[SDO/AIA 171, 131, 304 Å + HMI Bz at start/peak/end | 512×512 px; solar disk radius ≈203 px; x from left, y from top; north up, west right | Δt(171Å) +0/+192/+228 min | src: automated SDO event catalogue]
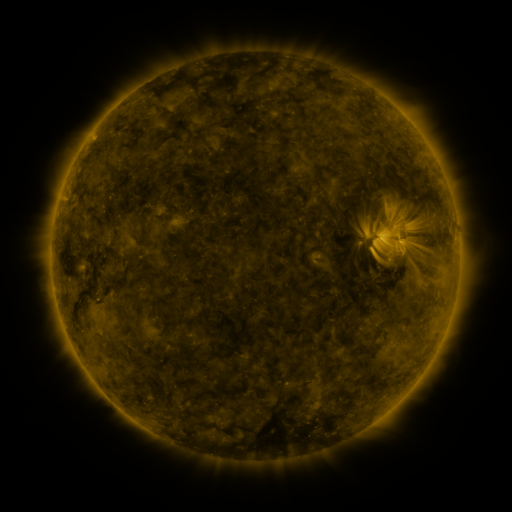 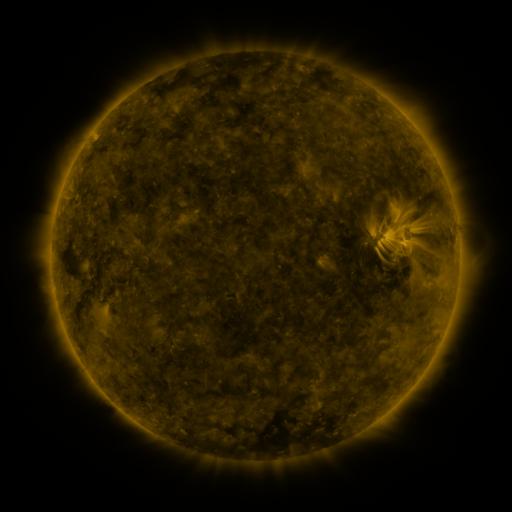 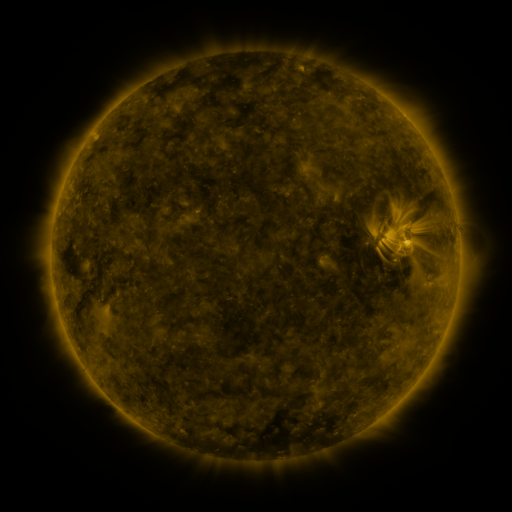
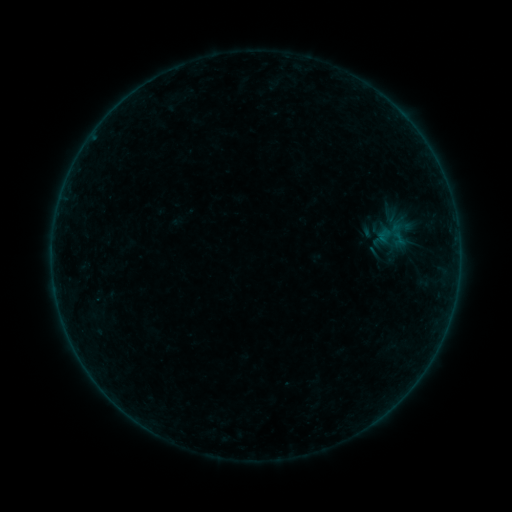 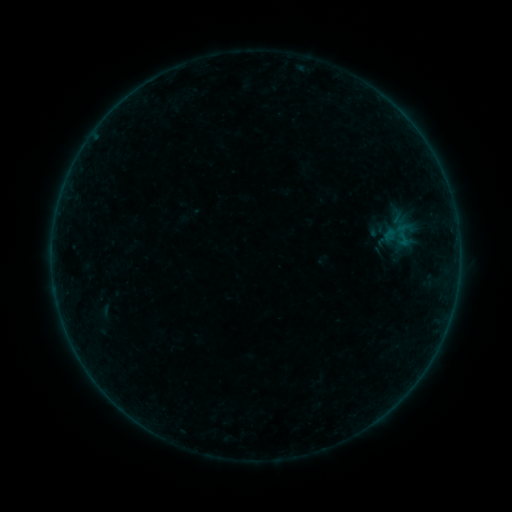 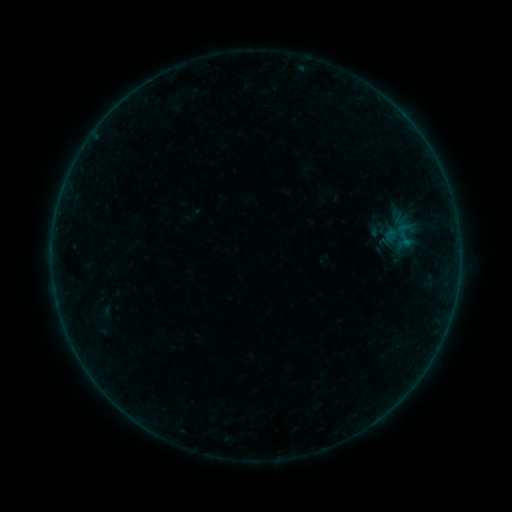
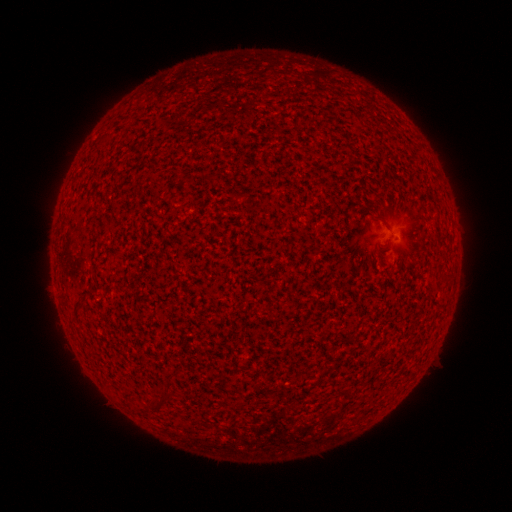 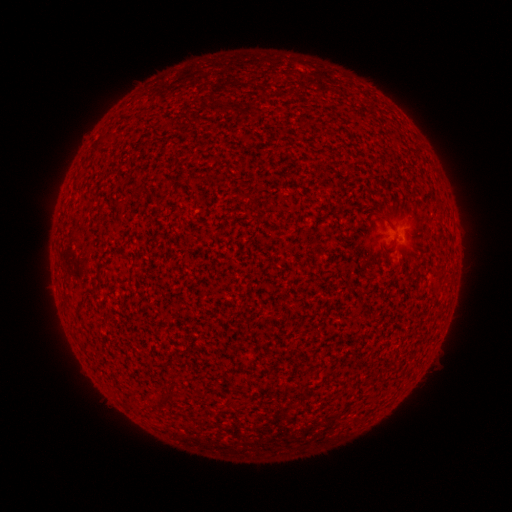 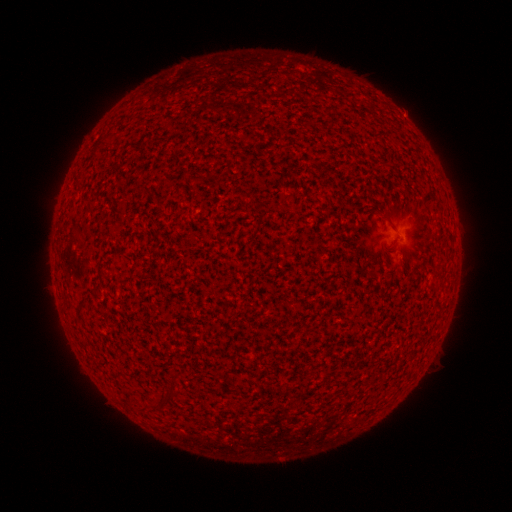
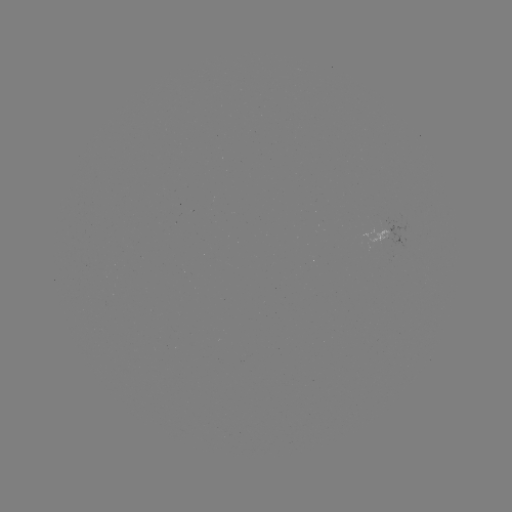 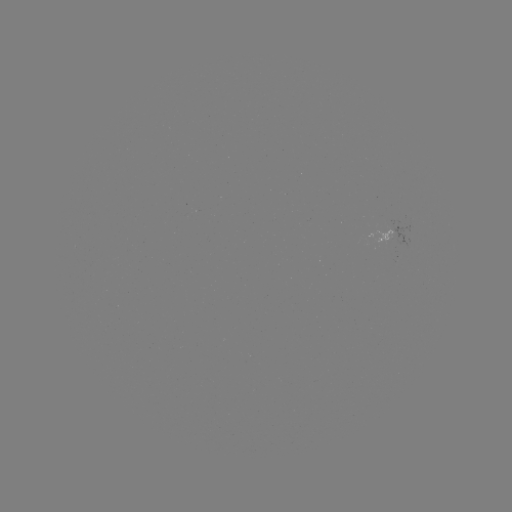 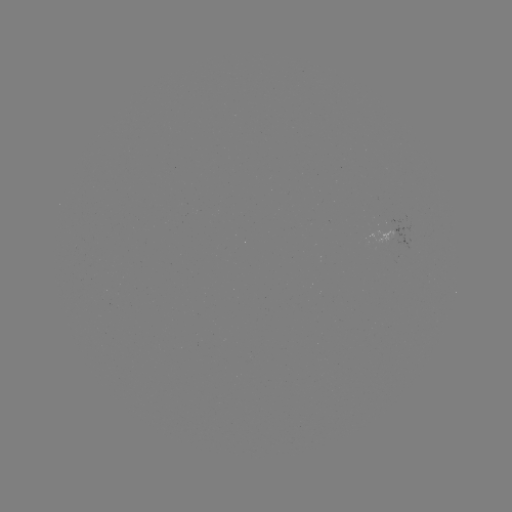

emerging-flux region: [366, 226, 394, 247]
